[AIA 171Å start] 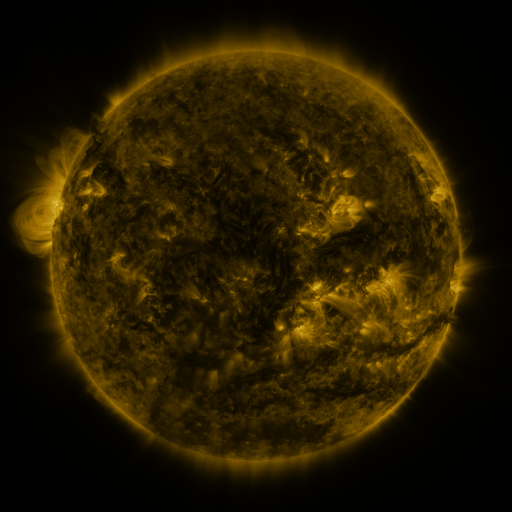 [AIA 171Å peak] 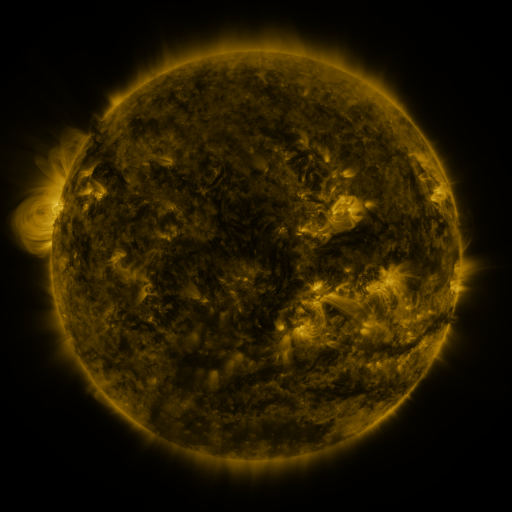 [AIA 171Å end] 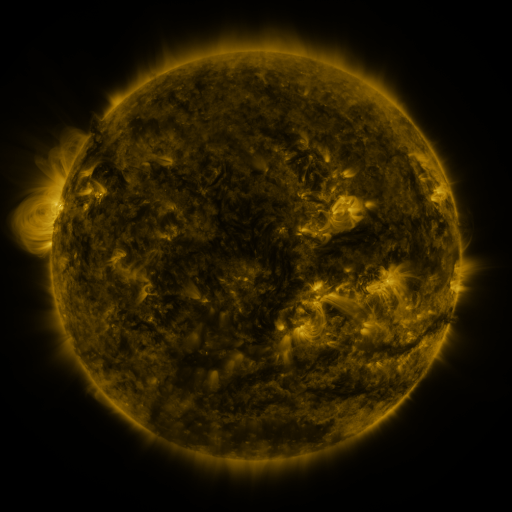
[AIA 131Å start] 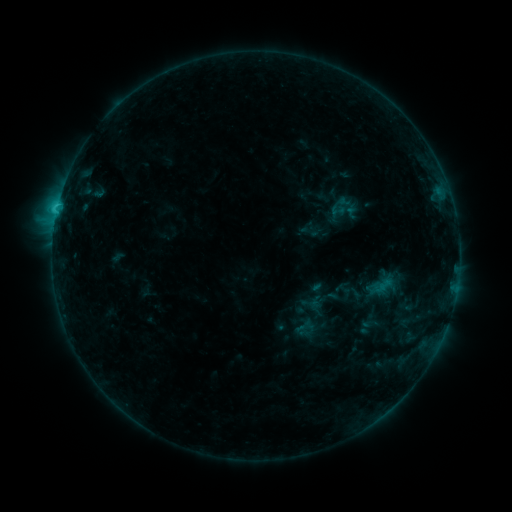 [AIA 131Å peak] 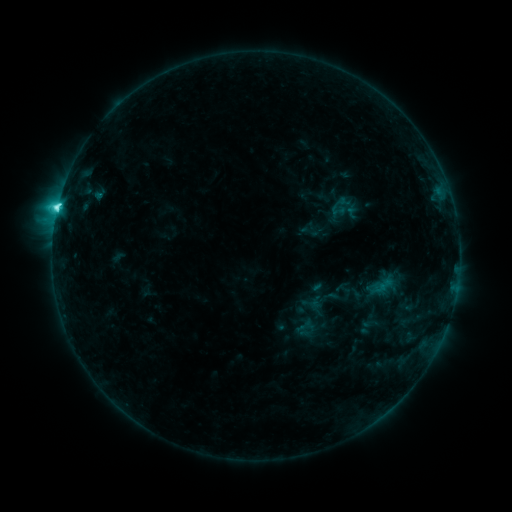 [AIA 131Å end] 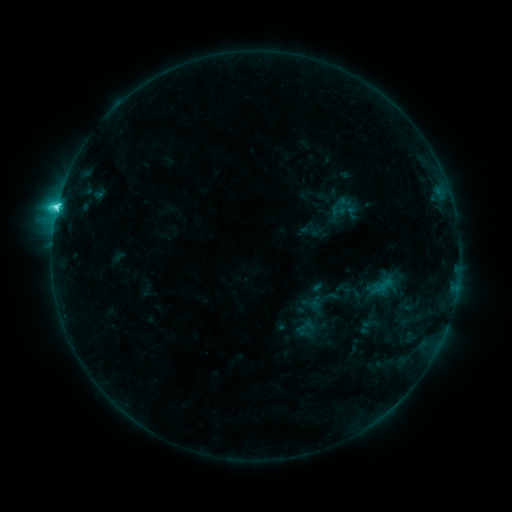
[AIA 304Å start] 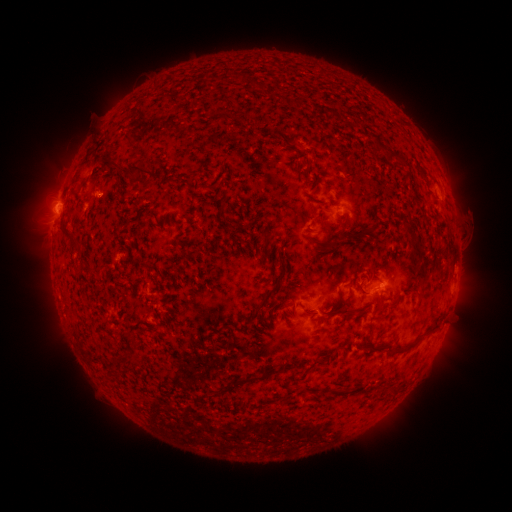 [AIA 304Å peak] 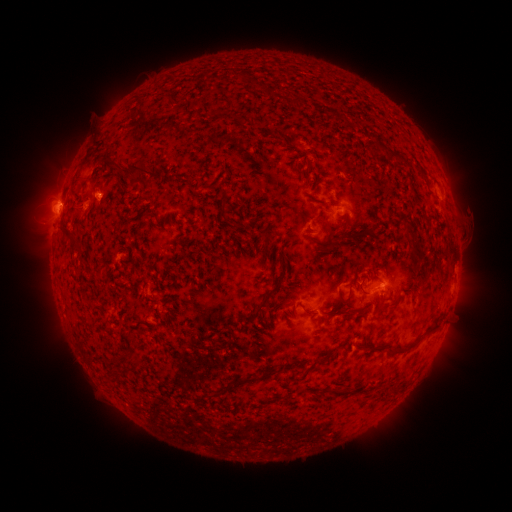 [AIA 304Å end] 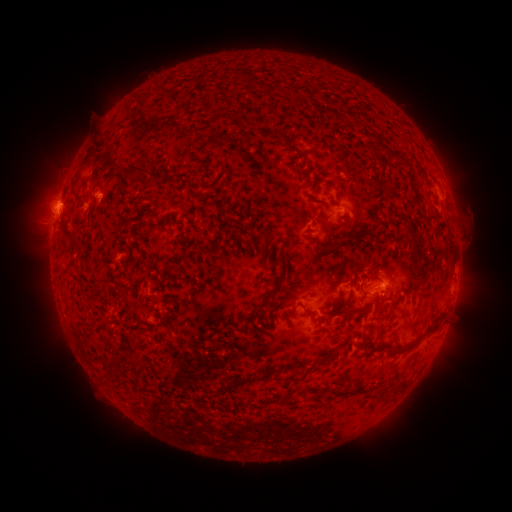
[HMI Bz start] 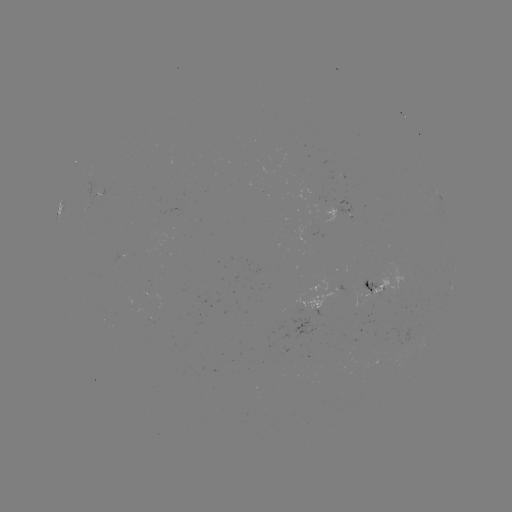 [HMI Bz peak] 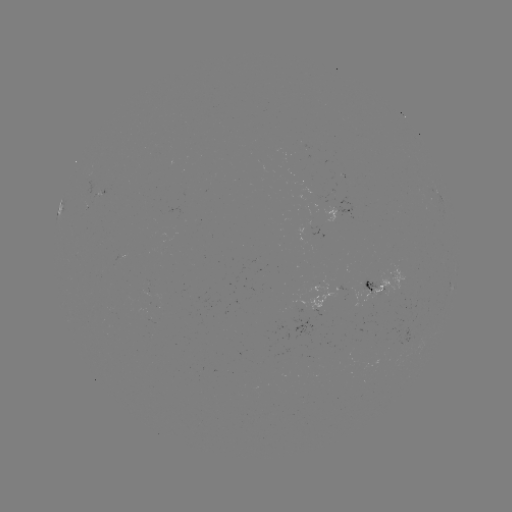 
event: flare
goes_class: C4.7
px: (60, 207)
